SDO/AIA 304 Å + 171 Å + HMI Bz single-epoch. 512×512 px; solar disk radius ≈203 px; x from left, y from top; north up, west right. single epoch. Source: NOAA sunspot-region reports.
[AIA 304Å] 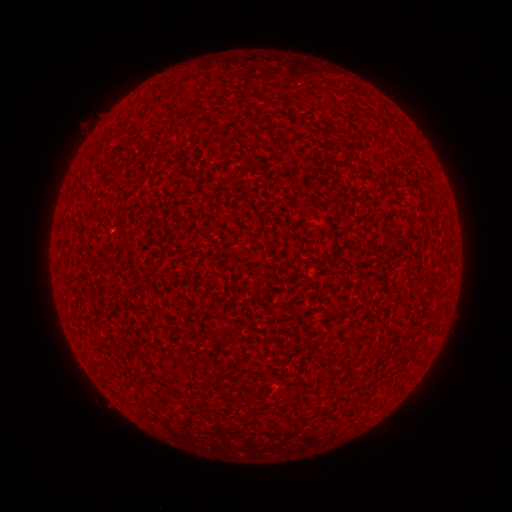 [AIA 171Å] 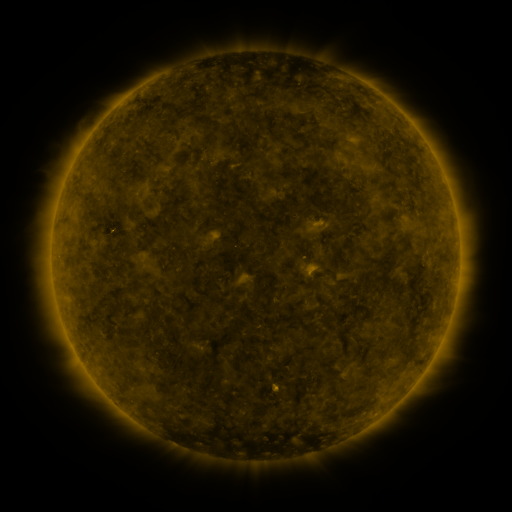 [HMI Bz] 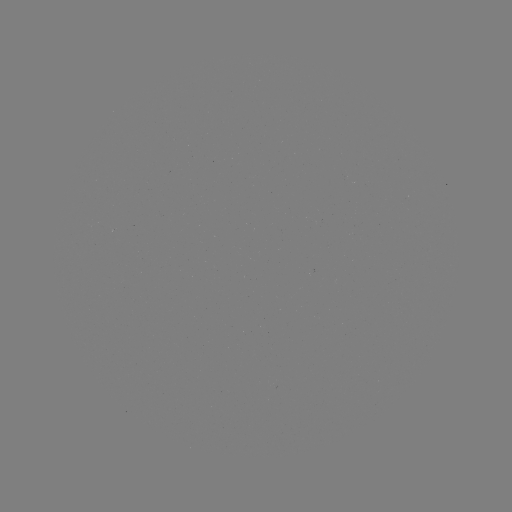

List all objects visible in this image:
(none)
